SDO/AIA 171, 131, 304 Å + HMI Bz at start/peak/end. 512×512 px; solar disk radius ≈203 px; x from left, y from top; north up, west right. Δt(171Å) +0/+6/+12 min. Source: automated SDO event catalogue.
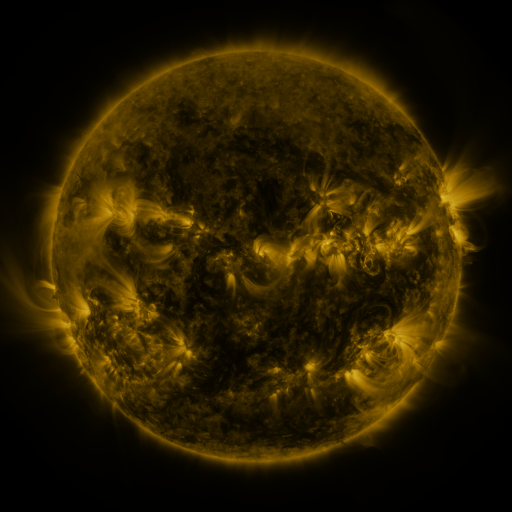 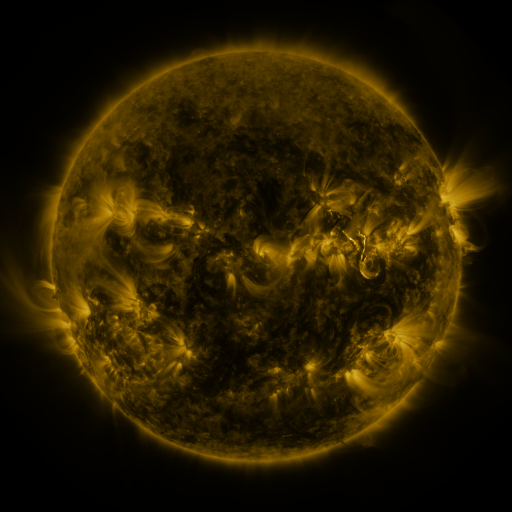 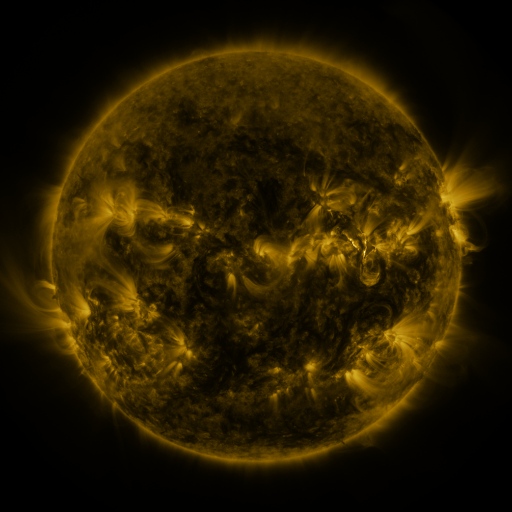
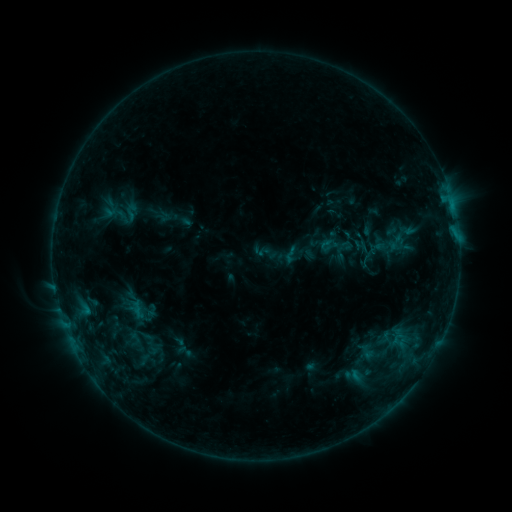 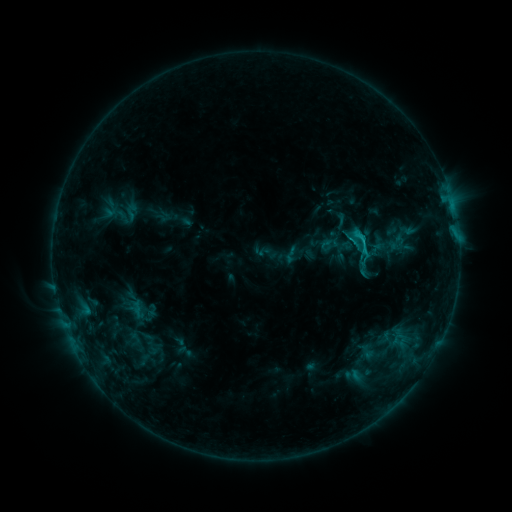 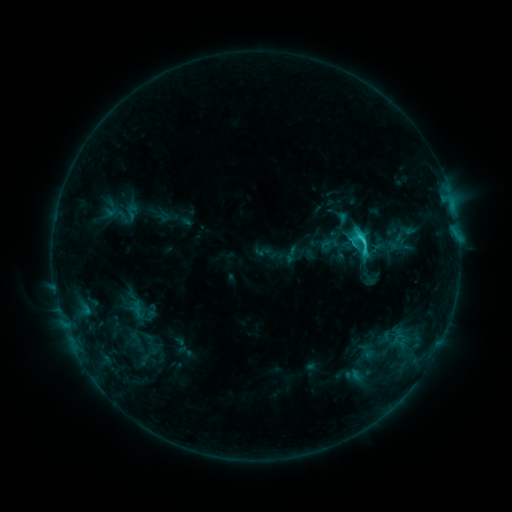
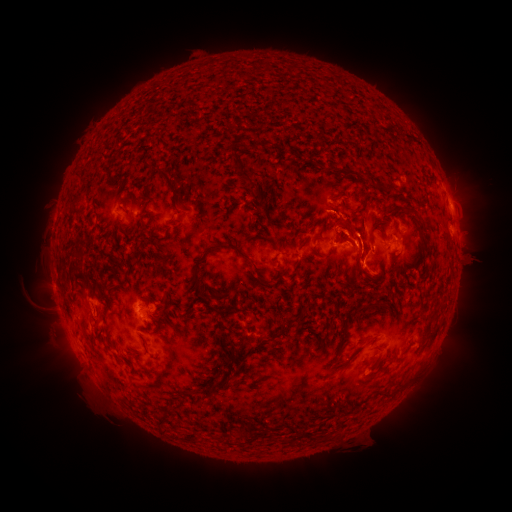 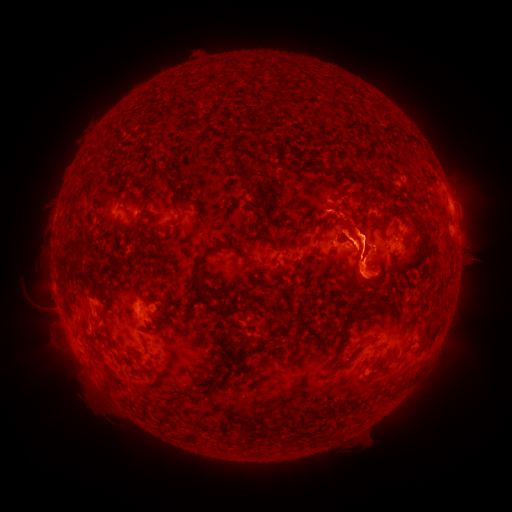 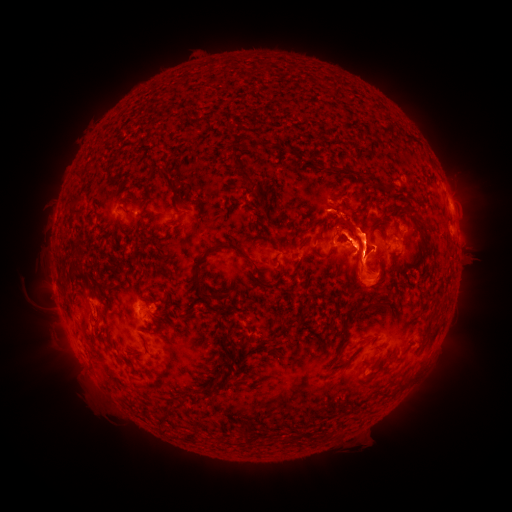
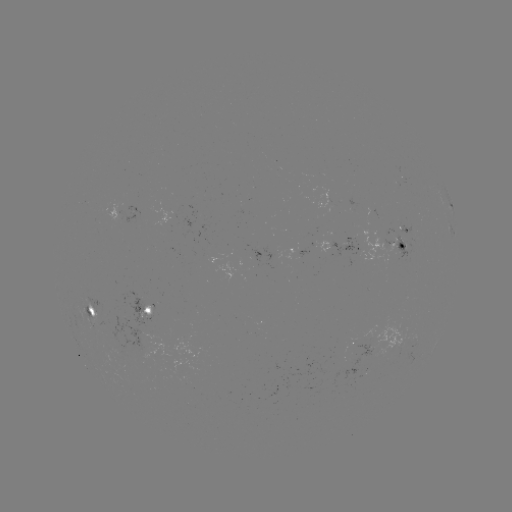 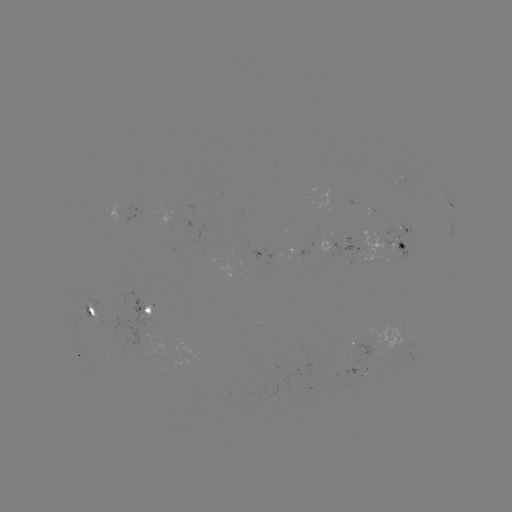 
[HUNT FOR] eruption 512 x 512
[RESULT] (426, 255)